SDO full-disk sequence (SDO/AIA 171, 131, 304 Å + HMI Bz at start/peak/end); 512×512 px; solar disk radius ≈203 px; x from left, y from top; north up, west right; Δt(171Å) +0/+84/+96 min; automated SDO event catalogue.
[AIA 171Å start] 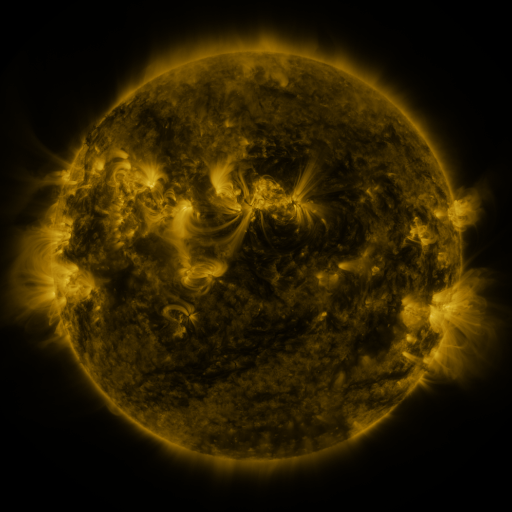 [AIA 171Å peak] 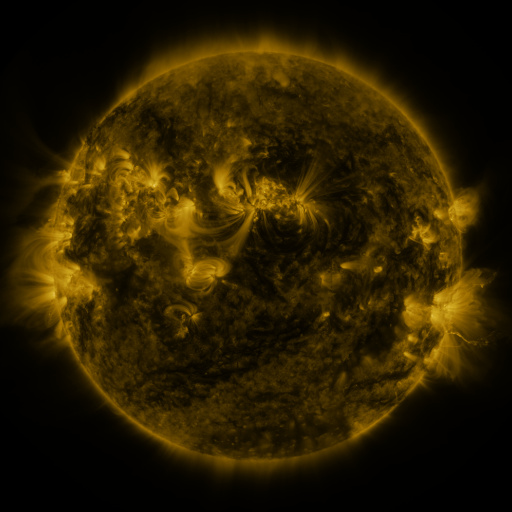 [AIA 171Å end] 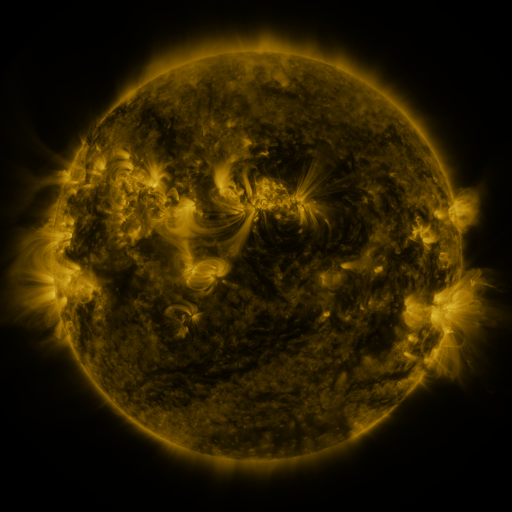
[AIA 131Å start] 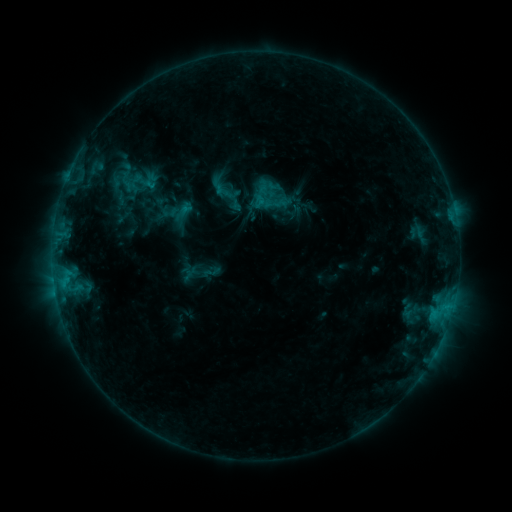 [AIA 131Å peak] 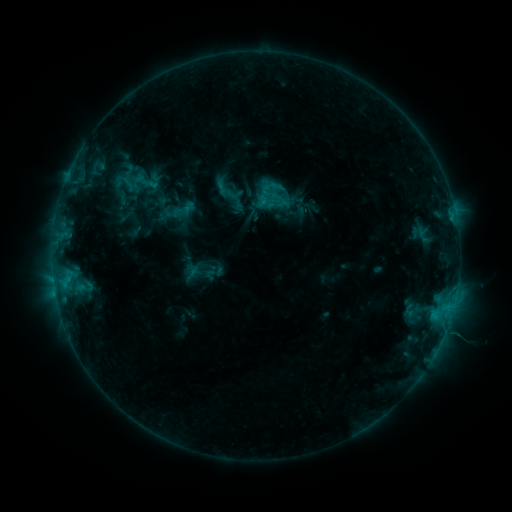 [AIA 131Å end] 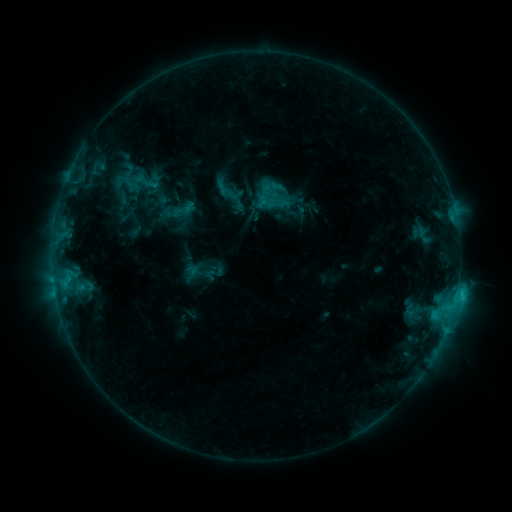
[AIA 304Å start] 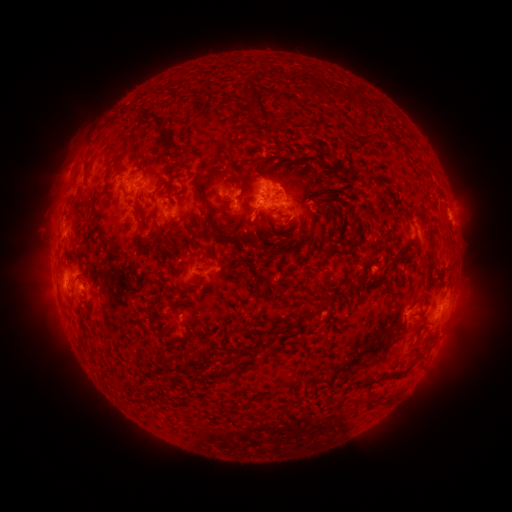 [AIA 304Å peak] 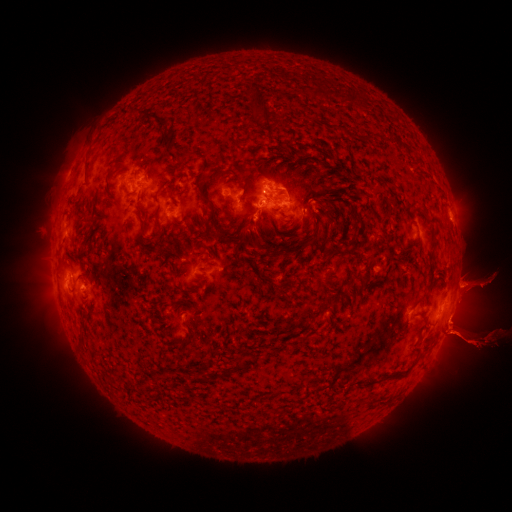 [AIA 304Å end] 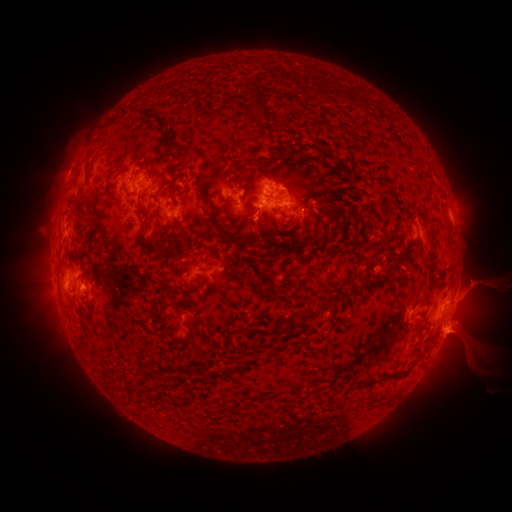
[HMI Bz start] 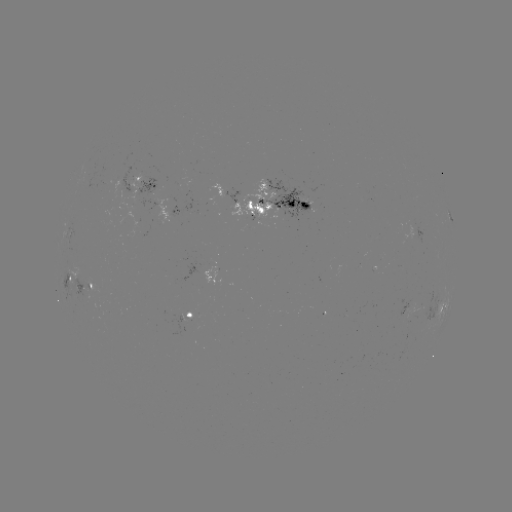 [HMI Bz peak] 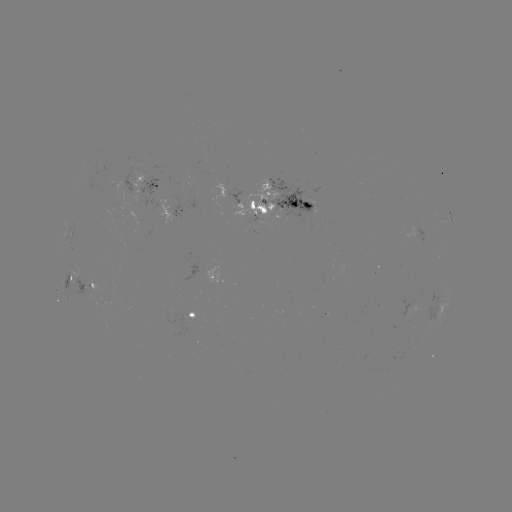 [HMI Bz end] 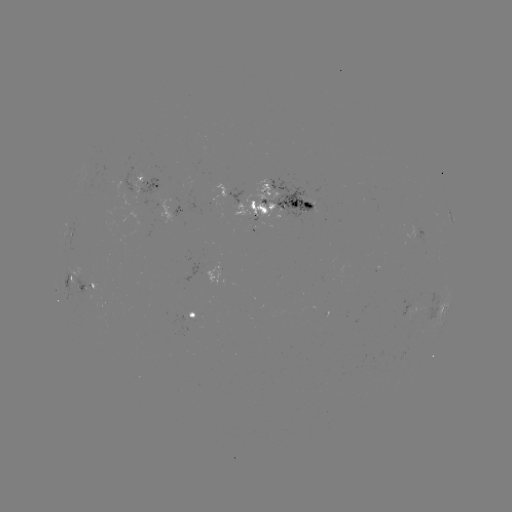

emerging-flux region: (266, 179, 316, 220)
